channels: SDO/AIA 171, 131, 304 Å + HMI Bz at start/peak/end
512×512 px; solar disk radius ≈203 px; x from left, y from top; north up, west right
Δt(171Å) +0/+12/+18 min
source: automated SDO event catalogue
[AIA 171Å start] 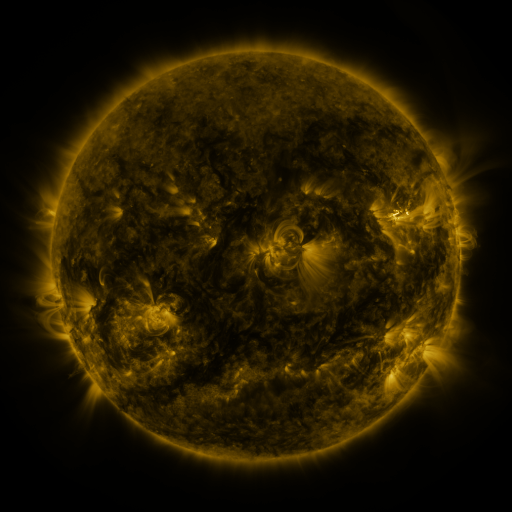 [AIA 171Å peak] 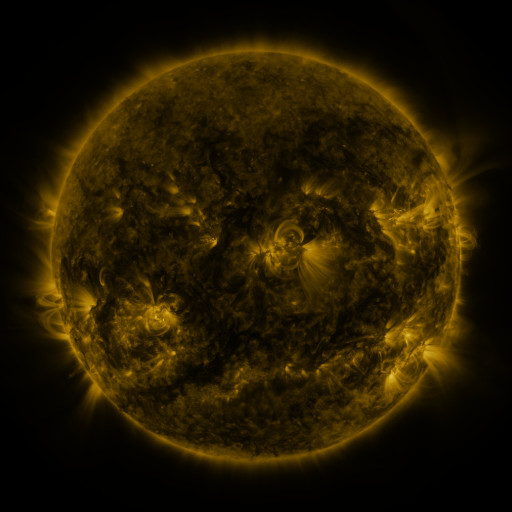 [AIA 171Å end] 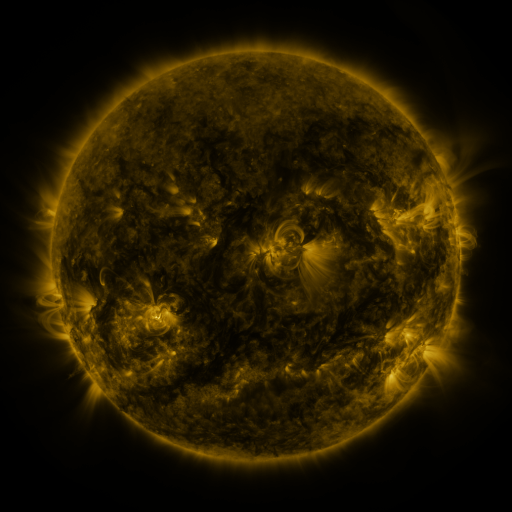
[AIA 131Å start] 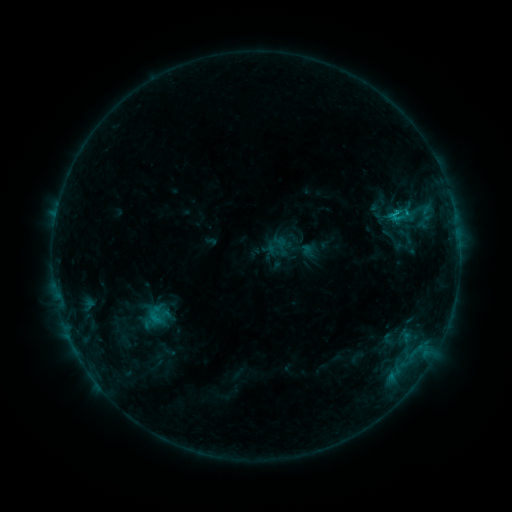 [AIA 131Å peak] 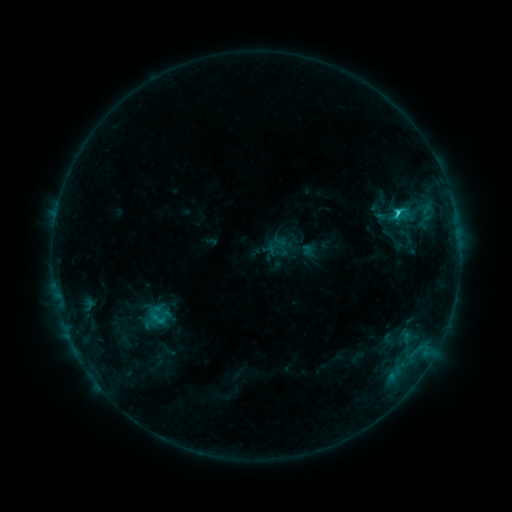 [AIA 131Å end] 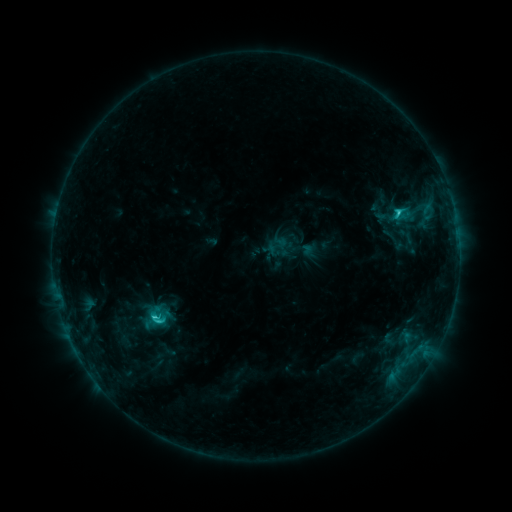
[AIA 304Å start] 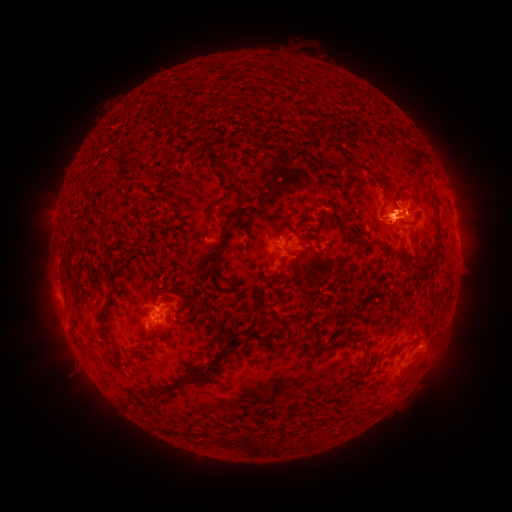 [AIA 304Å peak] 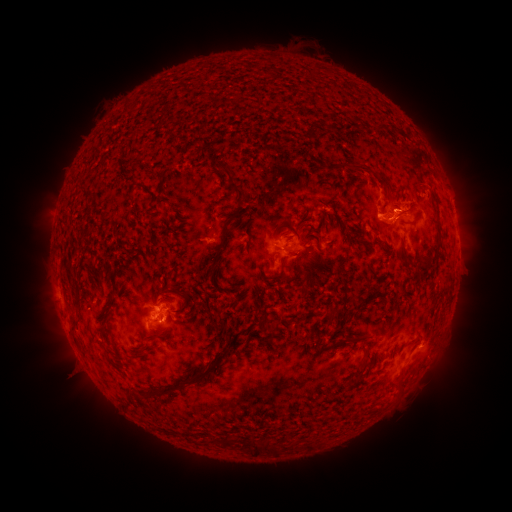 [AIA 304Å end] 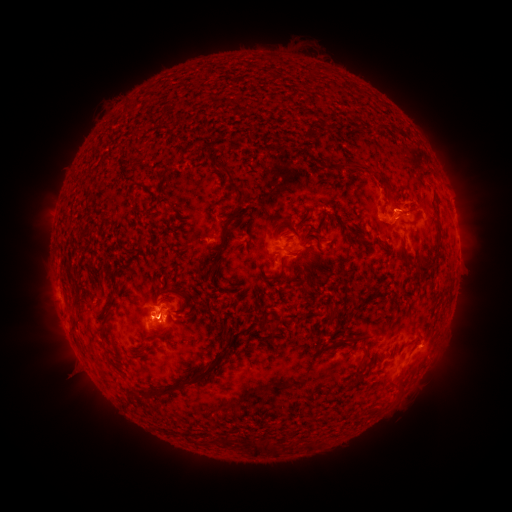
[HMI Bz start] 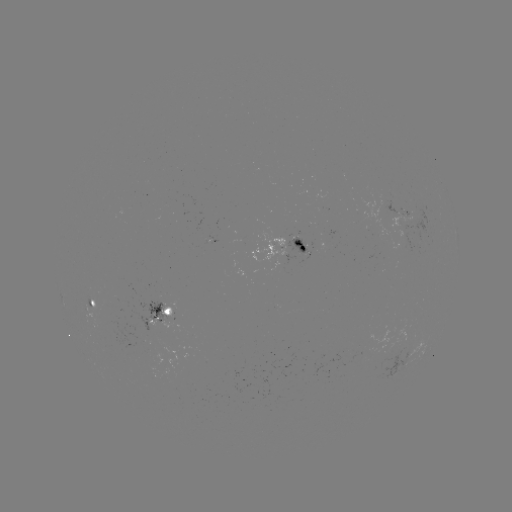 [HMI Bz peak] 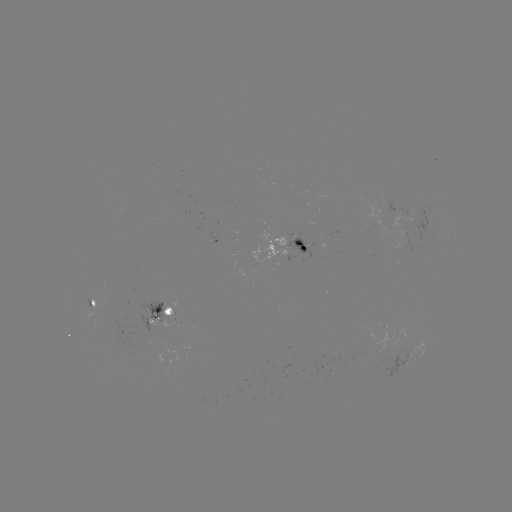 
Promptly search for C2.5 flare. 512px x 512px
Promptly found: (397, 215).